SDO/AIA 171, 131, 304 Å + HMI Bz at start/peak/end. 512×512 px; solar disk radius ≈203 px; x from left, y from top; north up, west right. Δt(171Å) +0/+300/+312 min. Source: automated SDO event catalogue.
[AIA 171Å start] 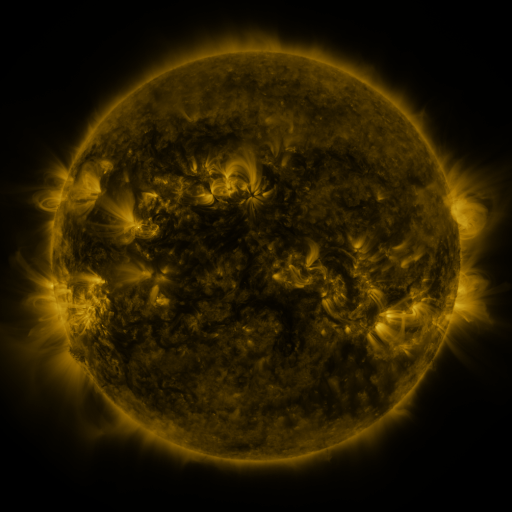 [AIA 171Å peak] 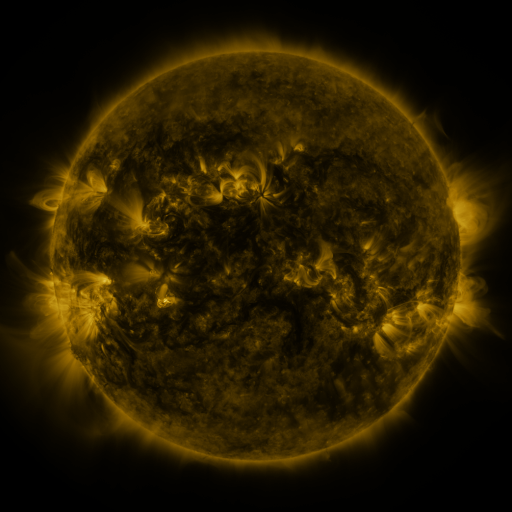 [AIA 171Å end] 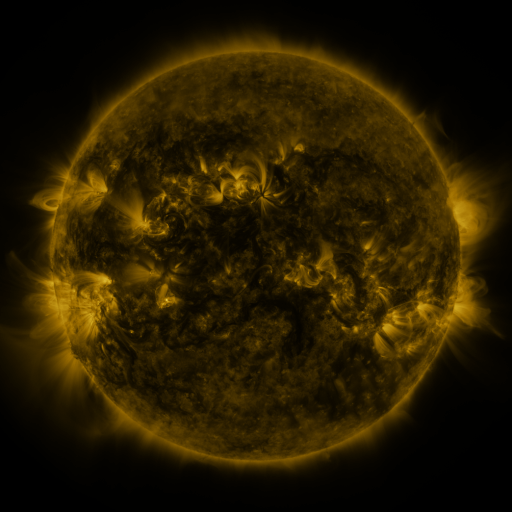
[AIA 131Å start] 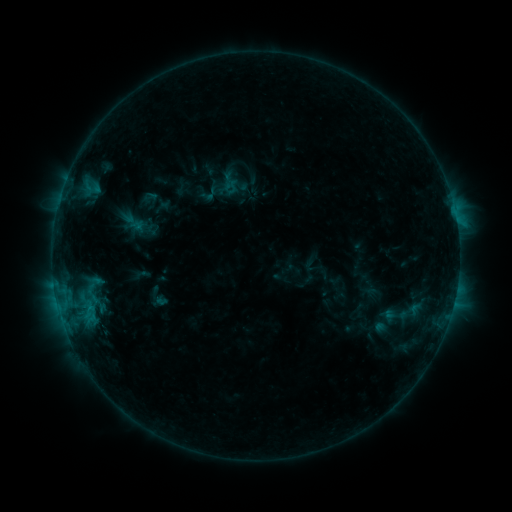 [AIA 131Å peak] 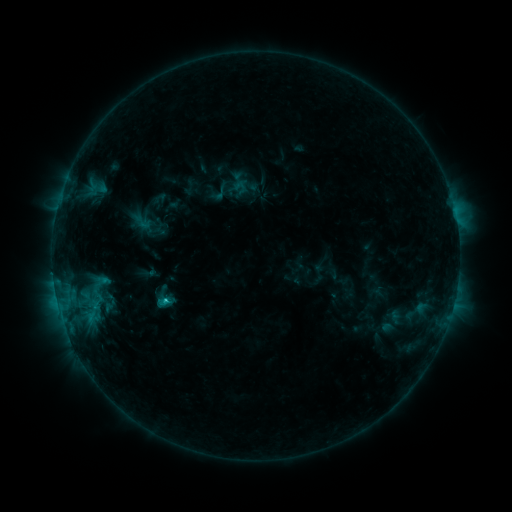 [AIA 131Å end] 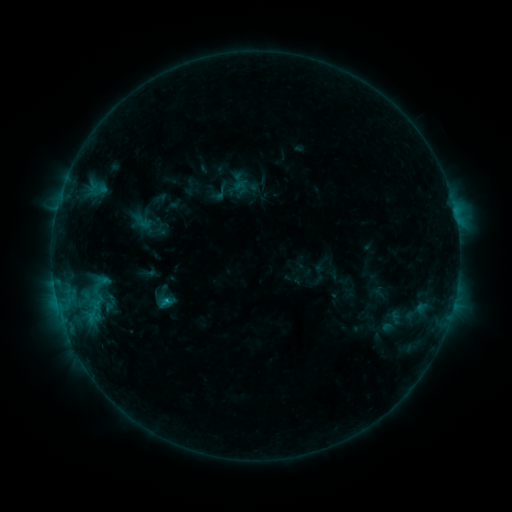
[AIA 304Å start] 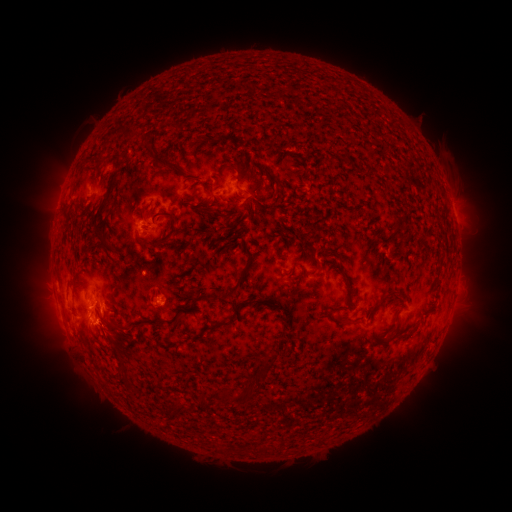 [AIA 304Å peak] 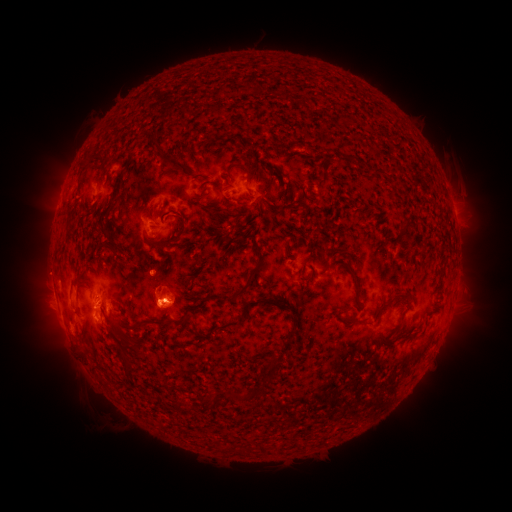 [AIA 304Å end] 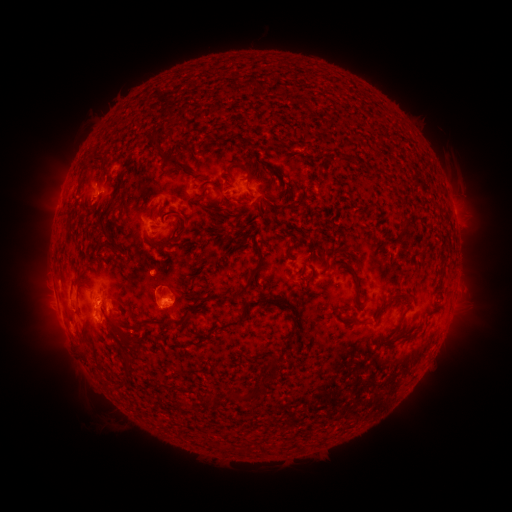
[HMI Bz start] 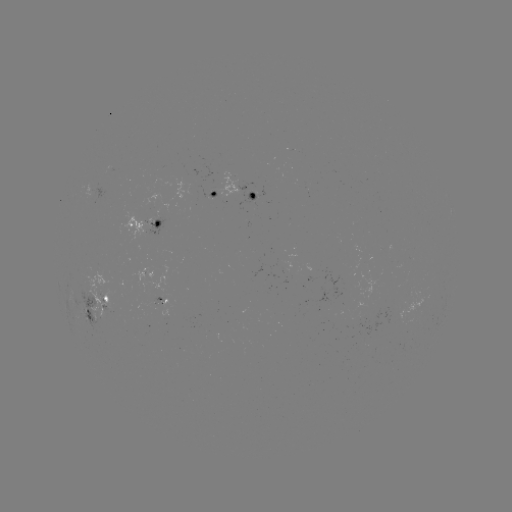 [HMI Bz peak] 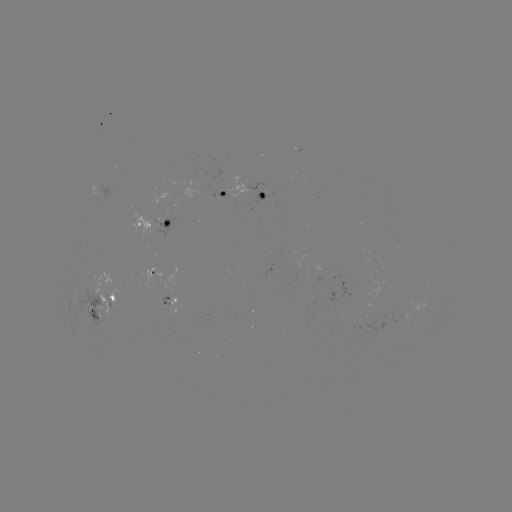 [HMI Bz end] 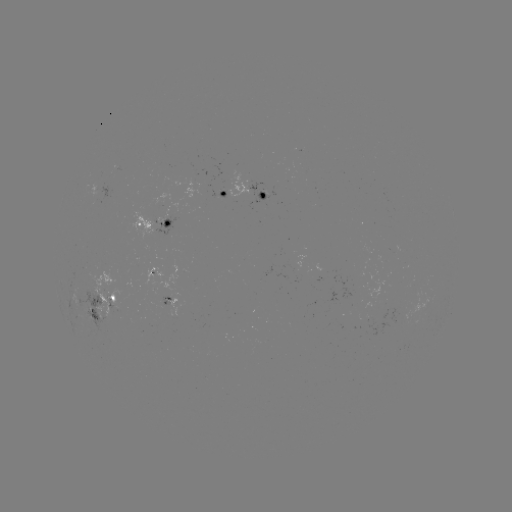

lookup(emerging-flux region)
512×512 (97, 196)